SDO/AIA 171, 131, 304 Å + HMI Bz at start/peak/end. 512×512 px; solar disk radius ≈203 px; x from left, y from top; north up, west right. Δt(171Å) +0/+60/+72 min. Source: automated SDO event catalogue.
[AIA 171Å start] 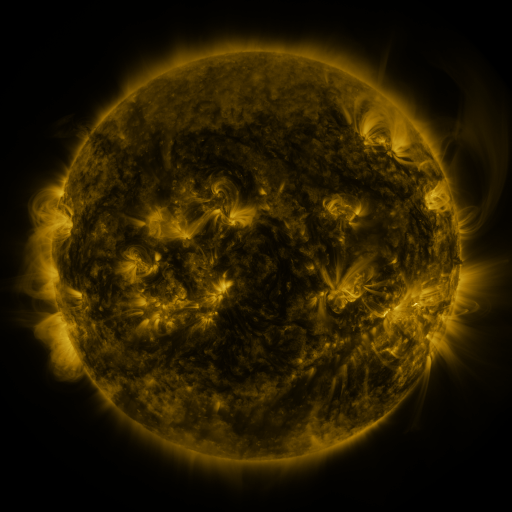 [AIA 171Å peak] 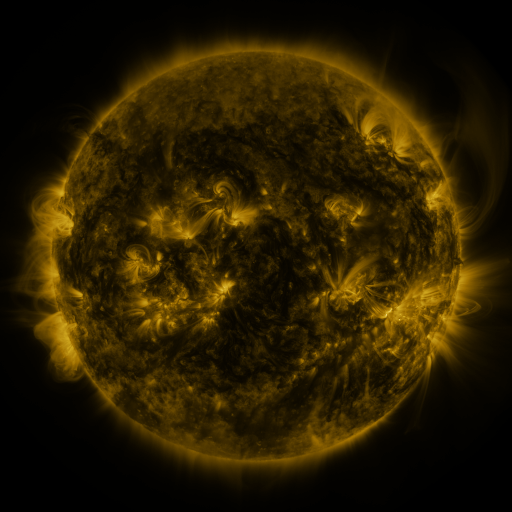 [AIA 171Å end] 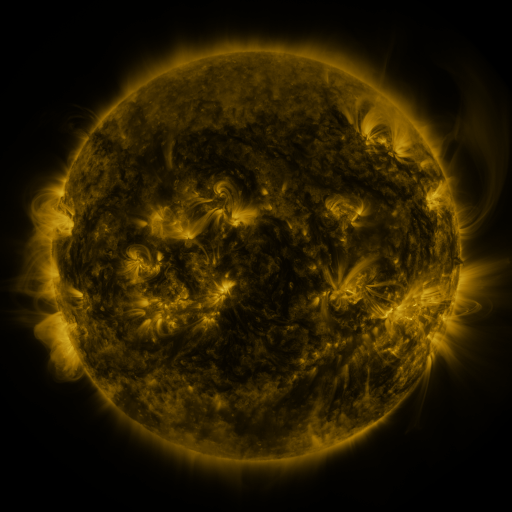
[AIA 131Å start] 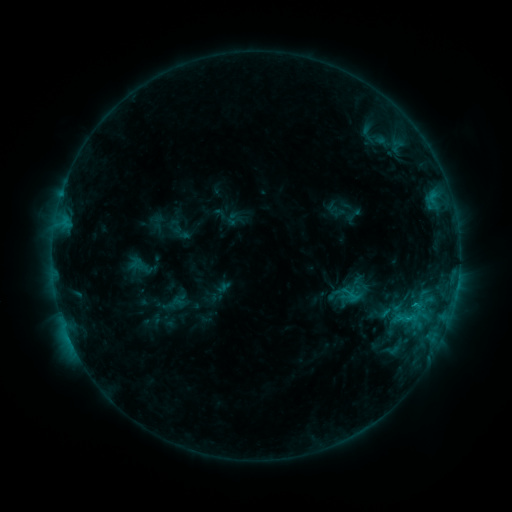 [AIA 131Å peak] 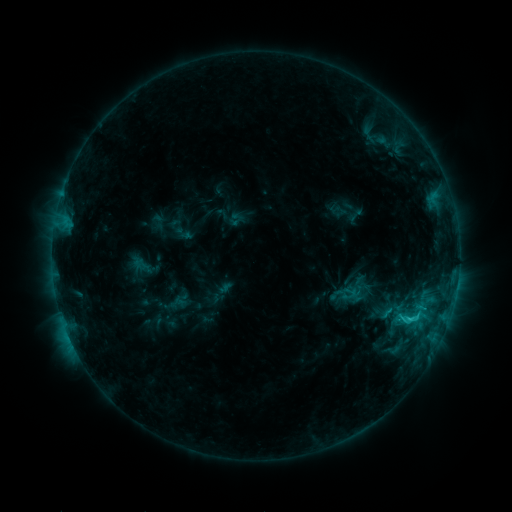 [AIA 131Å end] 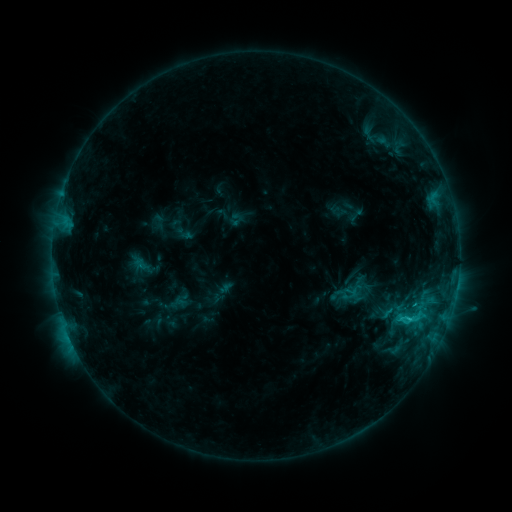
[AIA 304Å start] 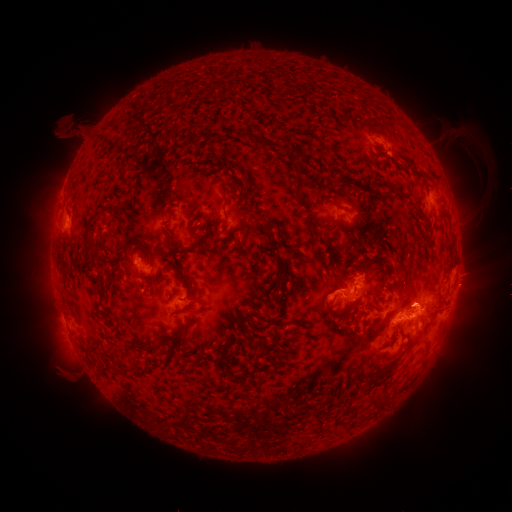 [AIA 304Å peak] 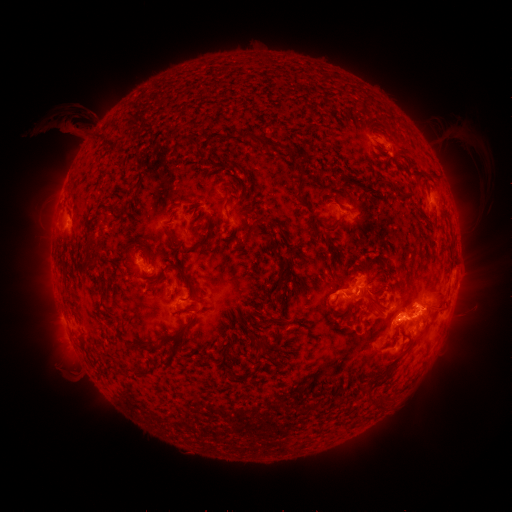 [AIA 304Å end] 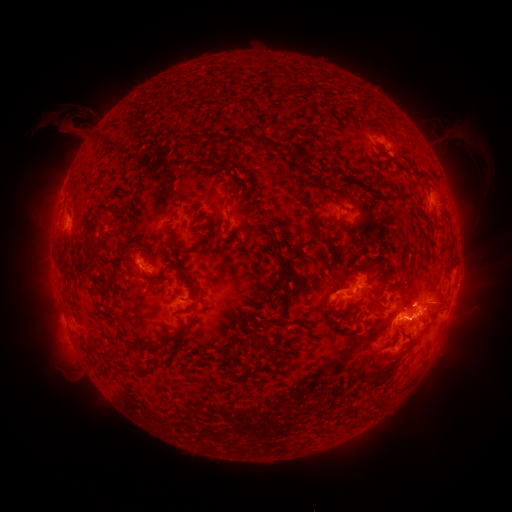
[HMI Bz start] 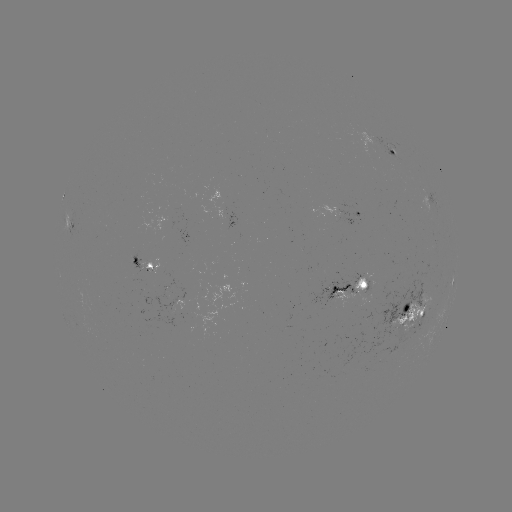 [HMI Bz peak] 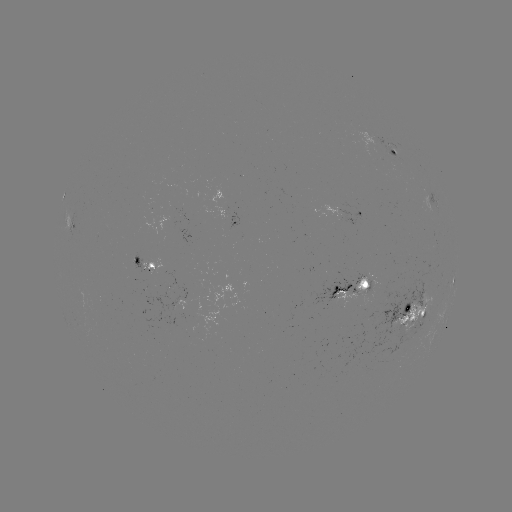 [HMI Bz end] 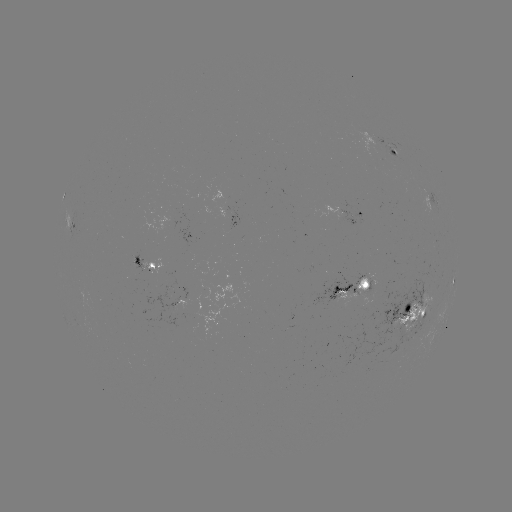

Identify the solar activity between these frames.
emerging-flux region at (364, 297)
